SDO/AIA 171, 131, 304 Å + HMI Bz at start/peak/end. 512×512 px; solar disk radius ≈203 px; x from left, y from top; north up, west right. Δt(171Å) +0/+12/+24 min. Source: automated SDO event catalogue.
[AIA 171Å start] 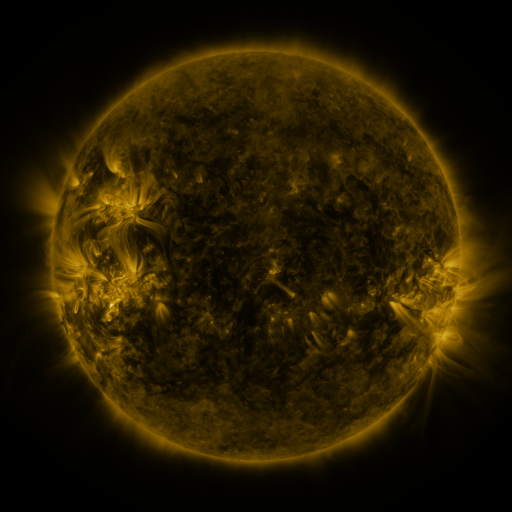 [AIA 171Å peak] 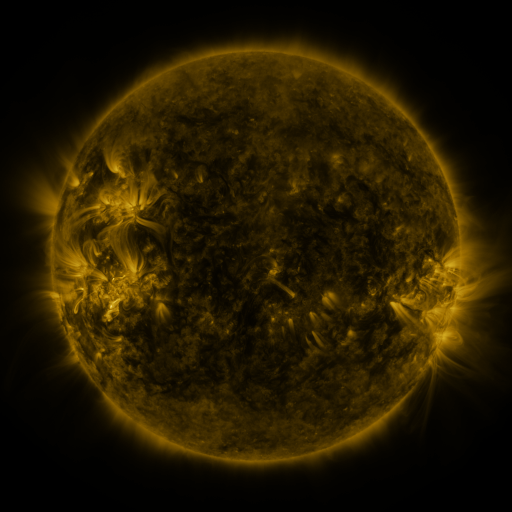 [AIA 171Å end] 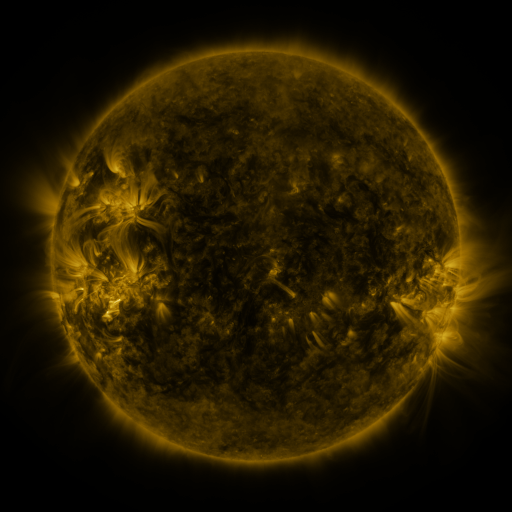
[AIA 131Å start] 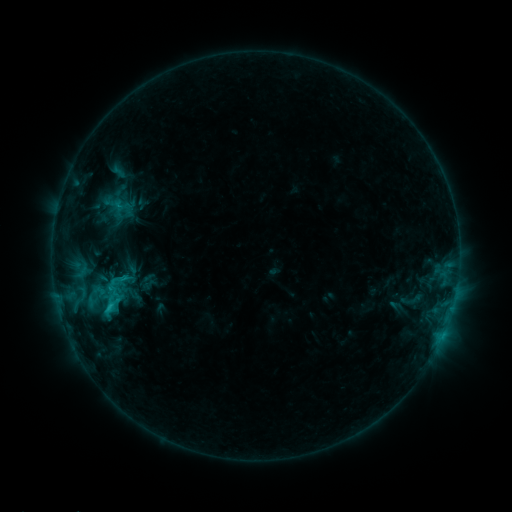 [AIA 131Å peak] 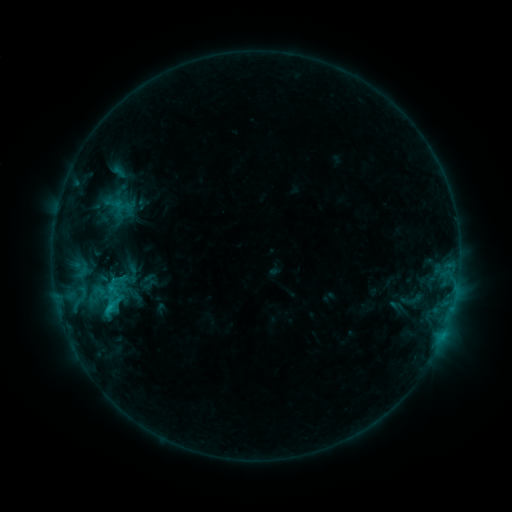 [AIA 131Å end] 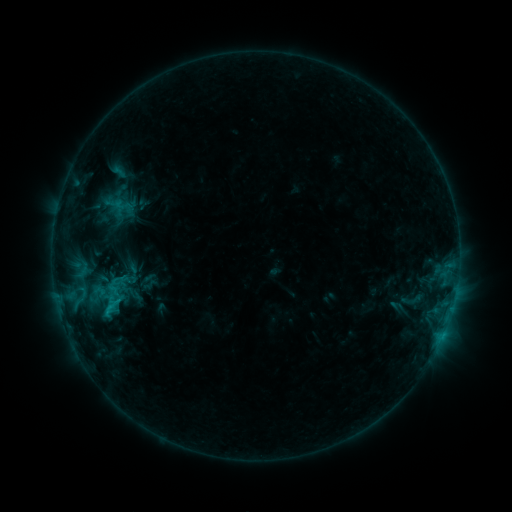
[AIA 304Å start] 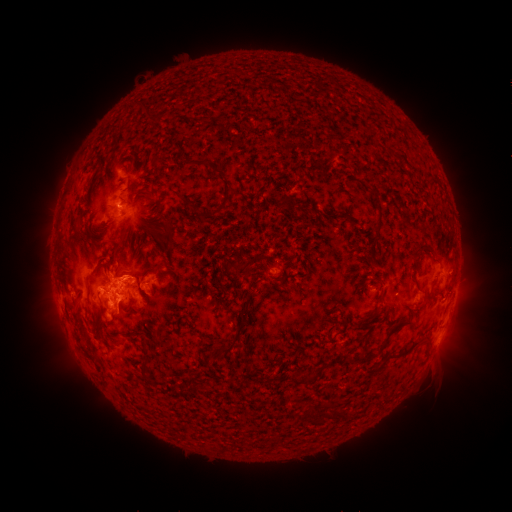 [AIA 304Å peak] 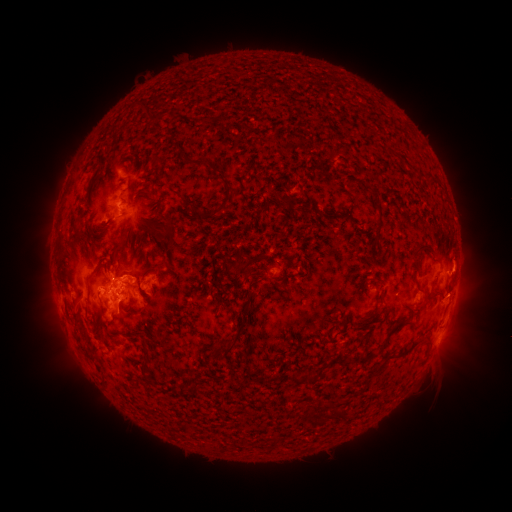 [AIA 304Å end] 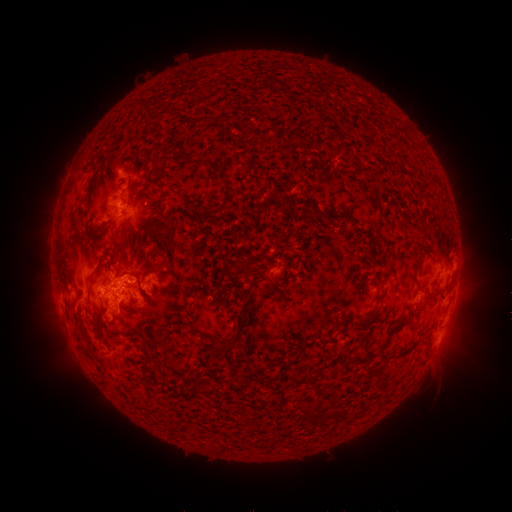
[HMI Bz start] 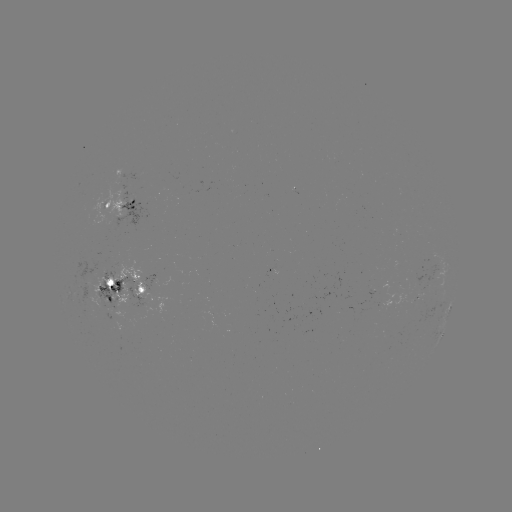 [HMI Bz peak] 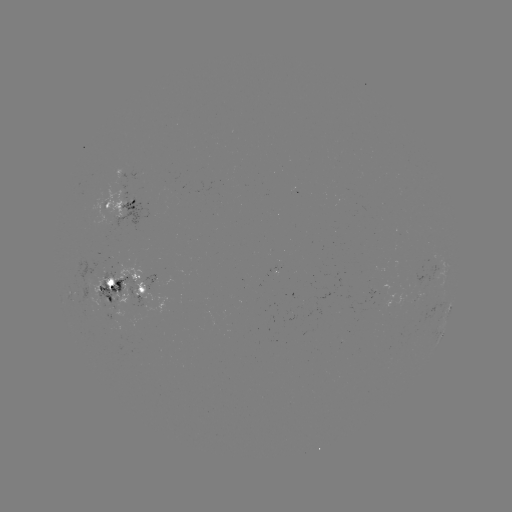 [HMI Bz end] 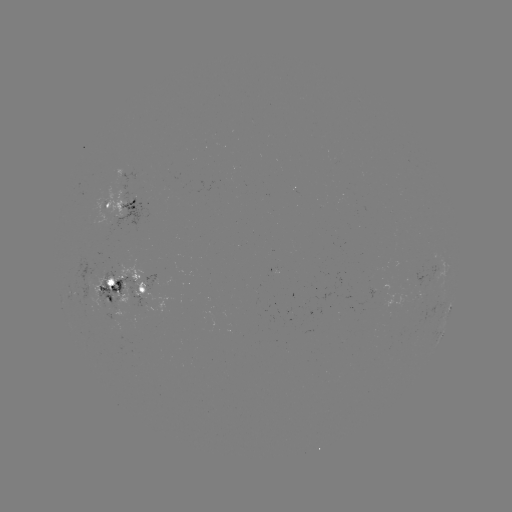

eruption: [432, 241, 489, 320]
